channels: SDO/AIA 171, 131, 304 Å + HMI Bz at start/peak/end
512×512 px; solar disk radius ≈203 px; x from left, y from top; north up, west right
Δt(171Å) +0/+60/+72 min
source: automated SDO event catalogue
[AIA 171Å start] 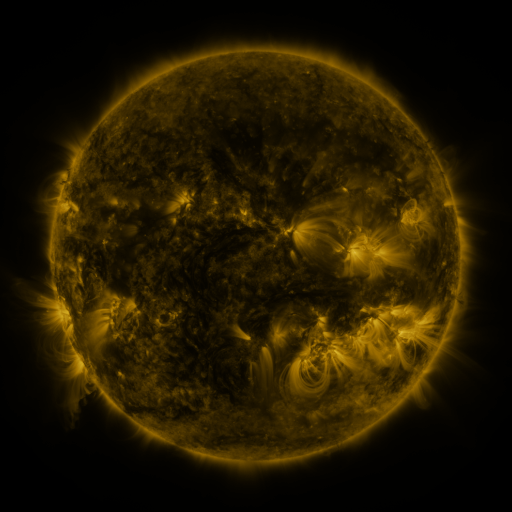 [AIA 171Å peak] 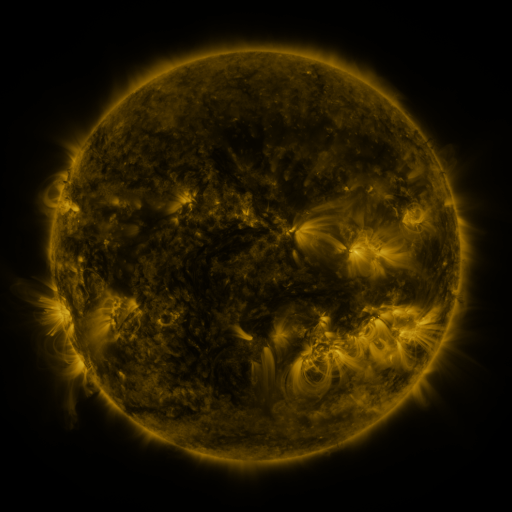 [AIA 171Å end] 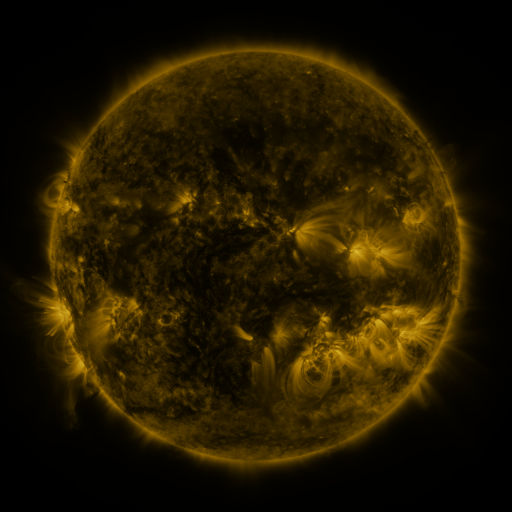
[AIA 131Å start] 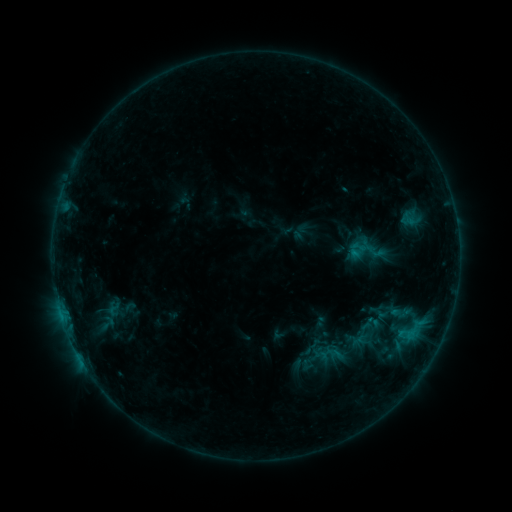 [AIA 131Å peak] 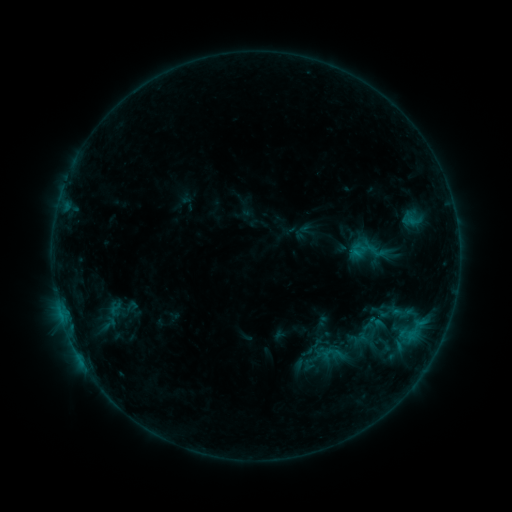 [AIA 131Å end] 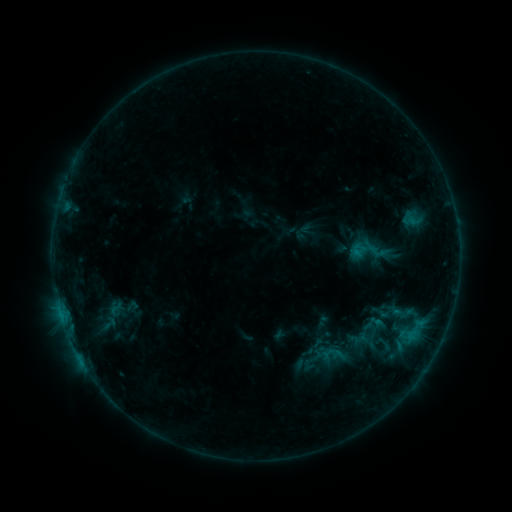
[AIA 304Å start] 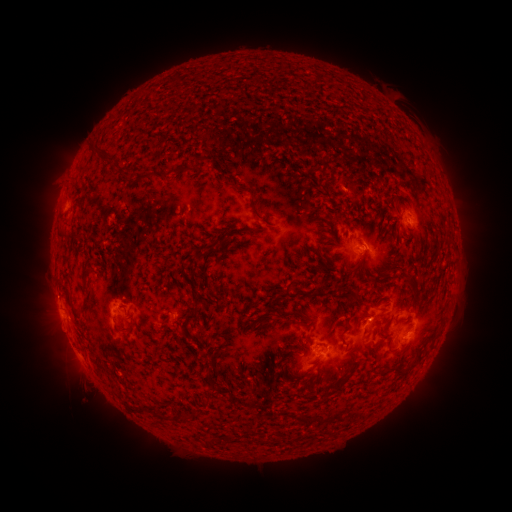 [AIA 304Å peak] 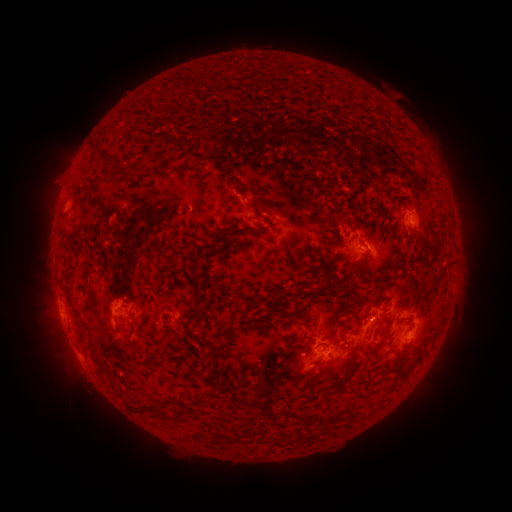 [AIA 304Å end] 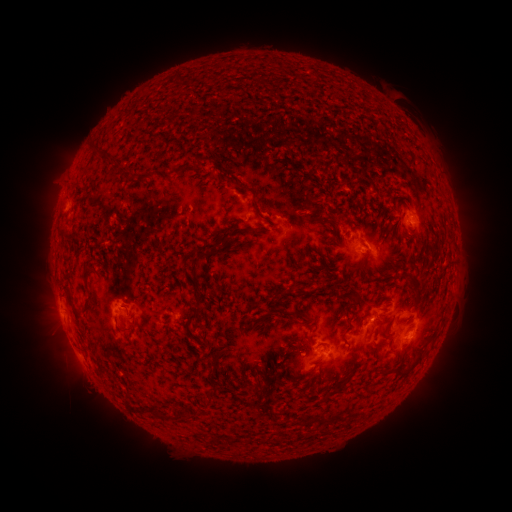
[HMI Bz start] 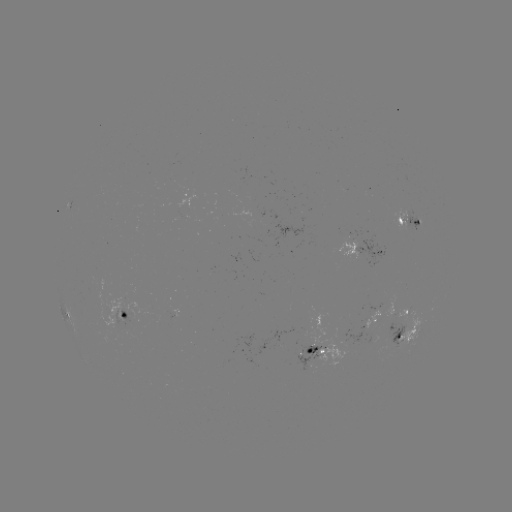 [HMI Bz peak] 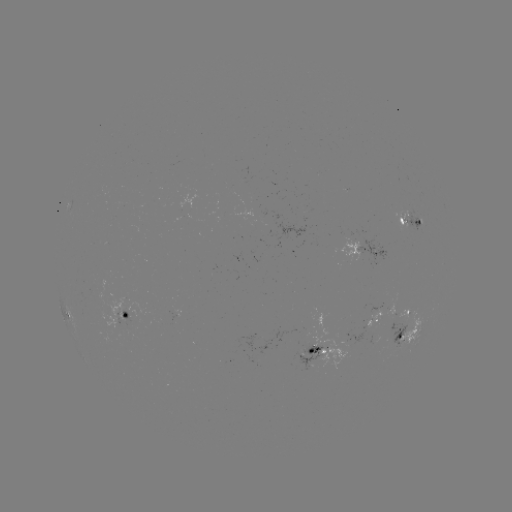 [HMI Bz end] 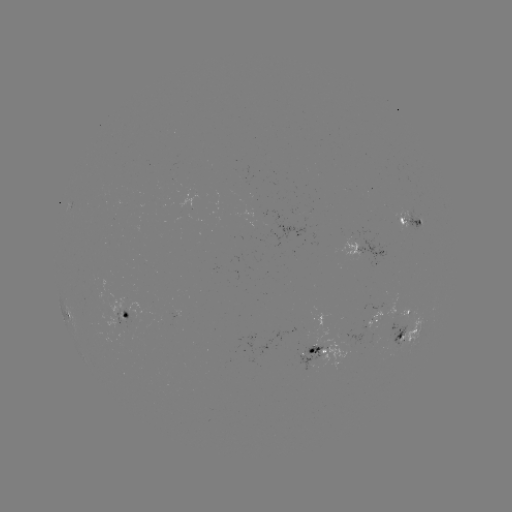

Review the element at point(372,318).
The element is emerging-flux region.